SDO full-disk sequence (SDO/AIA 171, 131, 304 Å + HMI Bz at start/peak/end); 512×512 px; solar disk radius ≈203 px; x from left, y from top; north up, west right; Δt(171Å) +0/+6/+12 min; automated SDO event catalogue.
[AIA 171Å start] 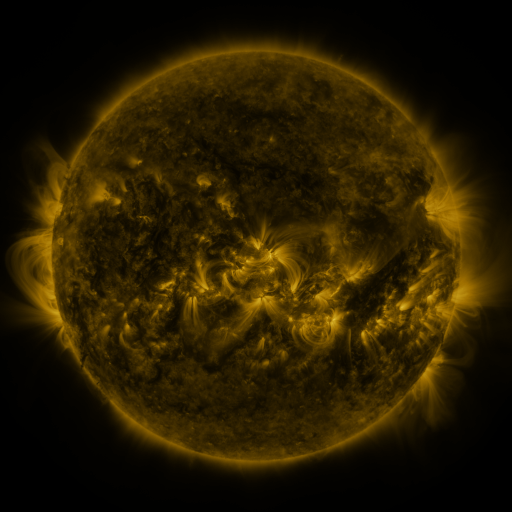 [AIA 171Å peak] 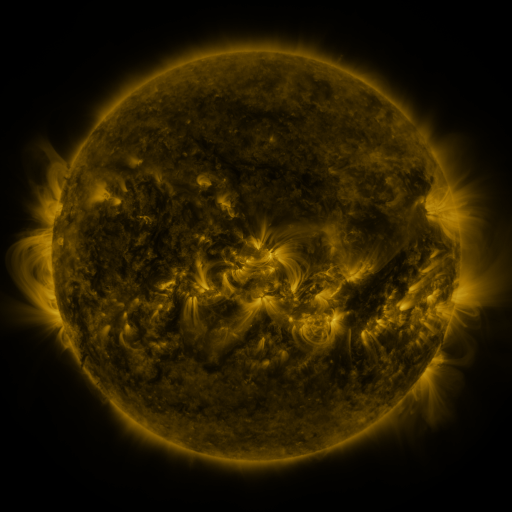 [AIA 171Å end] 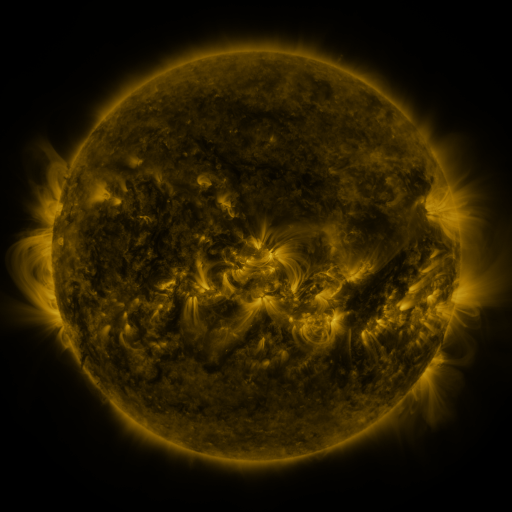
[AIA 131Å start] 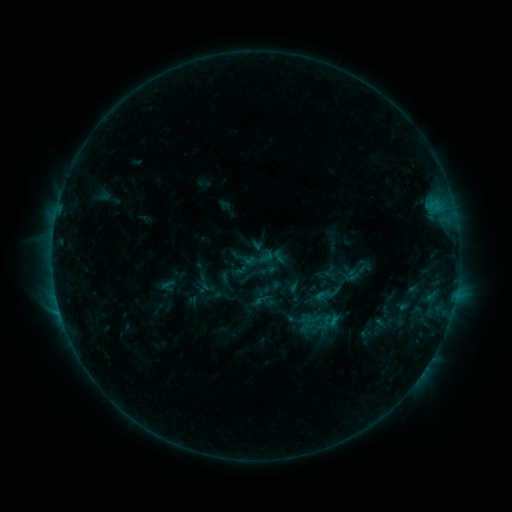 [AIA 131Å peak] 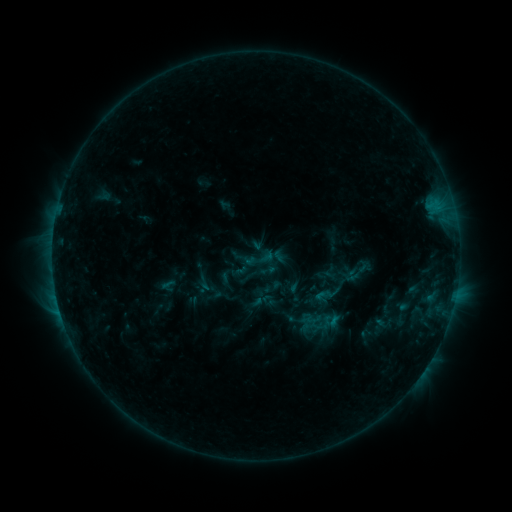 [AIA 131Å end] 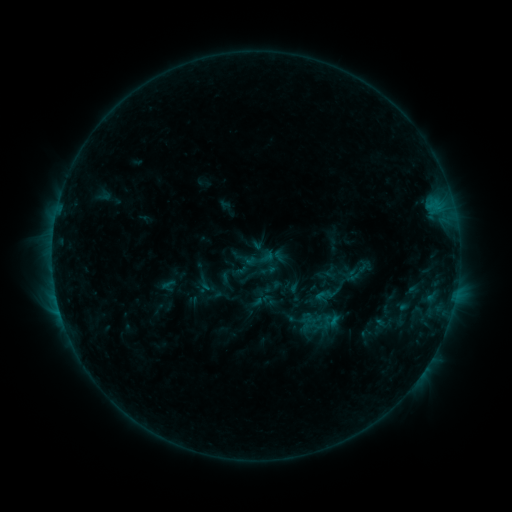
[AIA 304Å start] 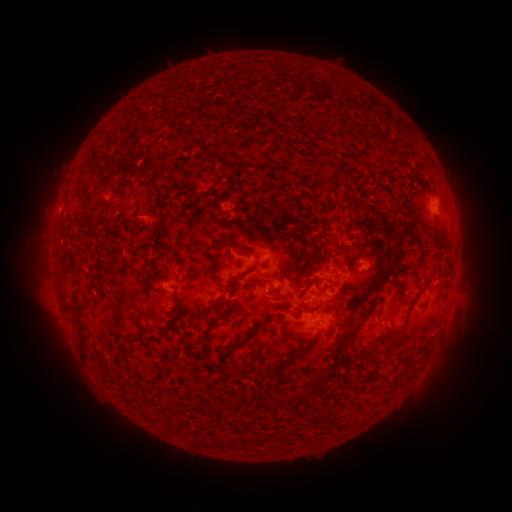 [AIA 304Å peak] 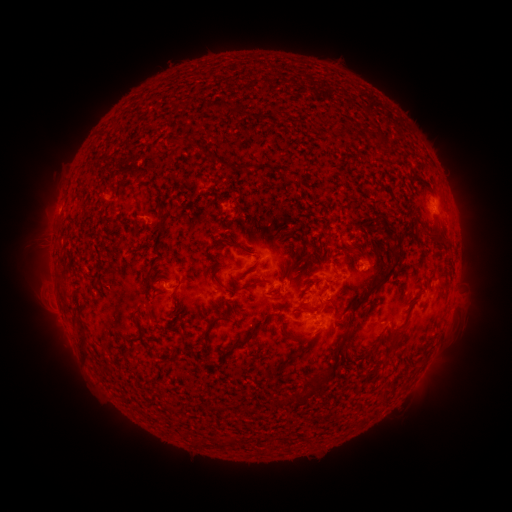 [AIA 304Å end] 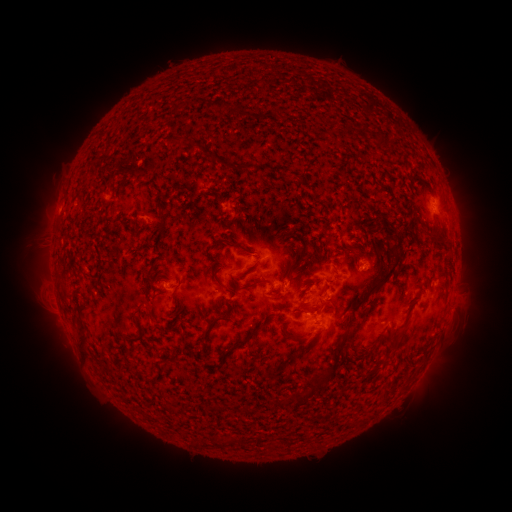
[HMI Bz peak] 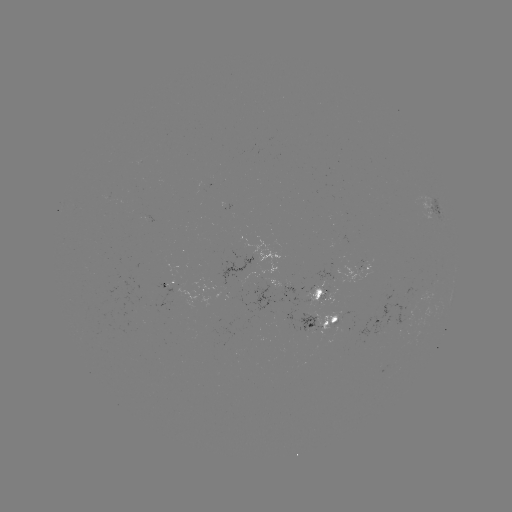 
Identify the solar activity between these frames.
no classed flare was catalogued and no EUV brightening was flagged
